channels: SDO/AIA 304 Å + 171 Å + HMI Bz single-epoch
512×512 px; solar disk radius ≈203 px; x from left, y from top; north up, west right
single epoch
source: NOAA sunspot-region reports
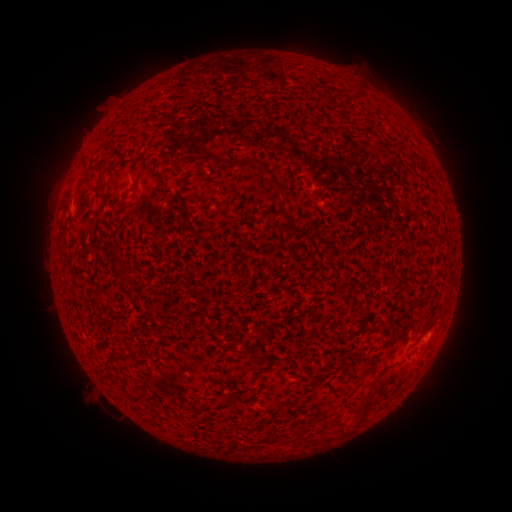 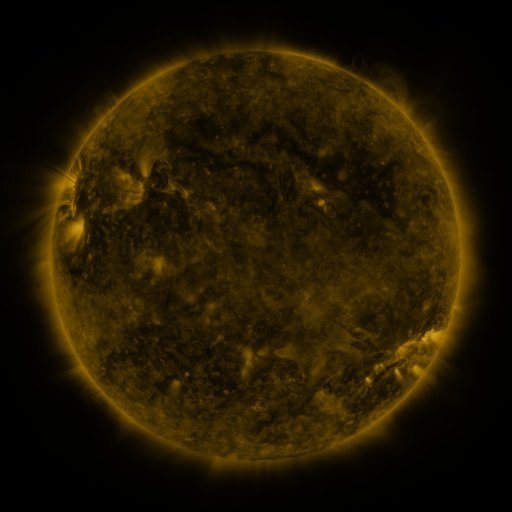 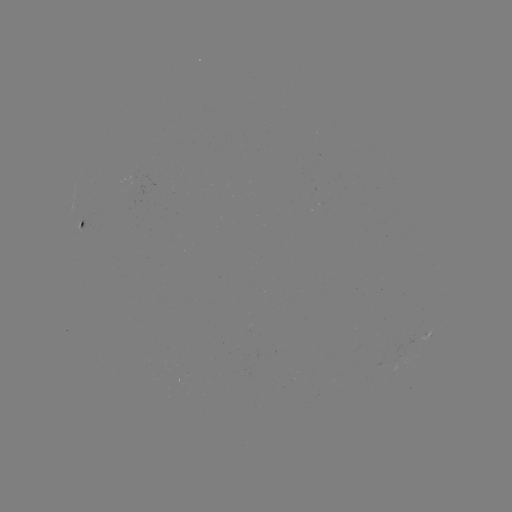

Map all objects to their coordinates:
spotted active region: (81, 225)
spotted active region: (429, 332)
